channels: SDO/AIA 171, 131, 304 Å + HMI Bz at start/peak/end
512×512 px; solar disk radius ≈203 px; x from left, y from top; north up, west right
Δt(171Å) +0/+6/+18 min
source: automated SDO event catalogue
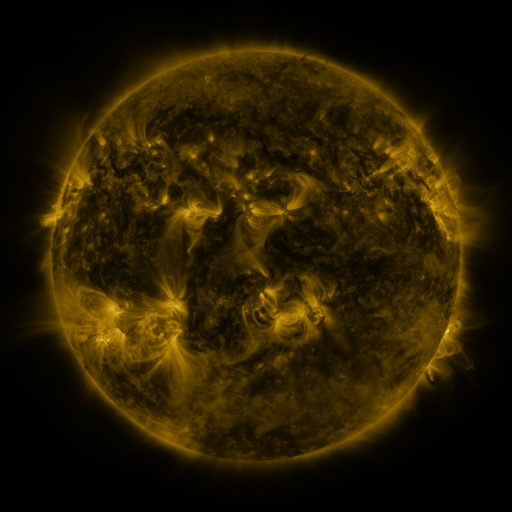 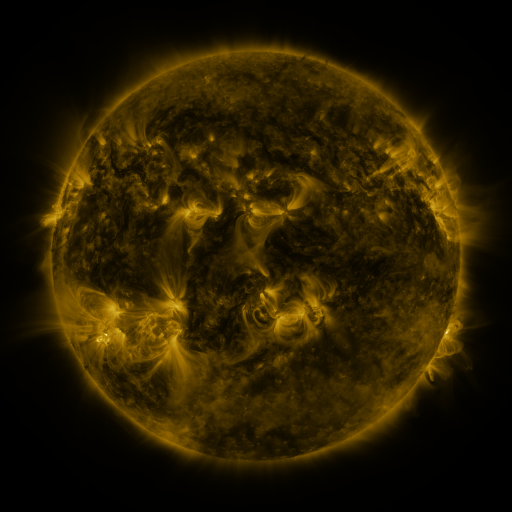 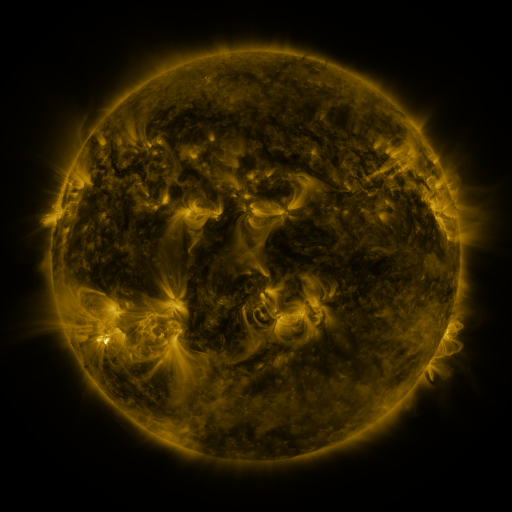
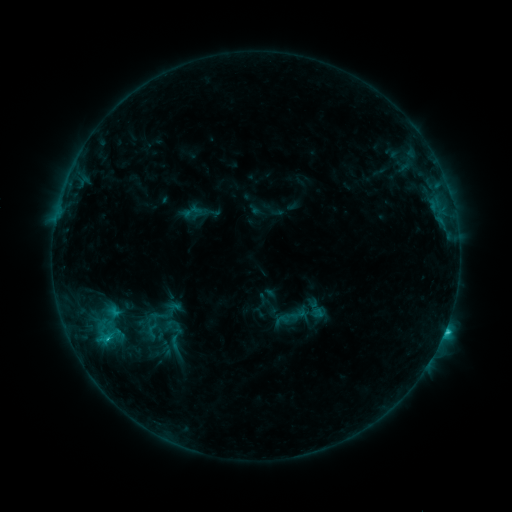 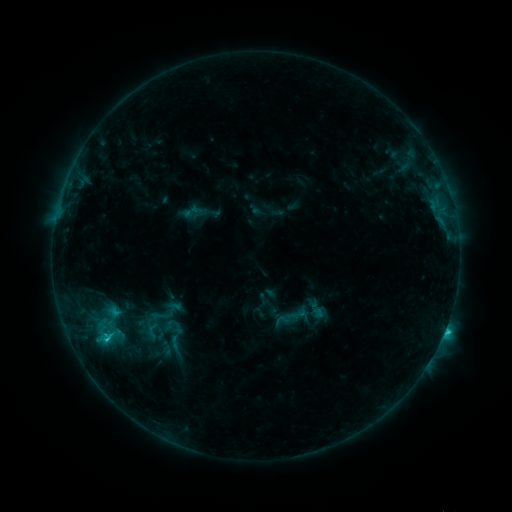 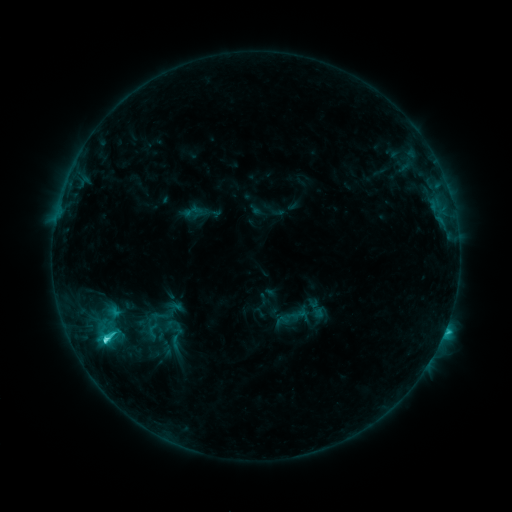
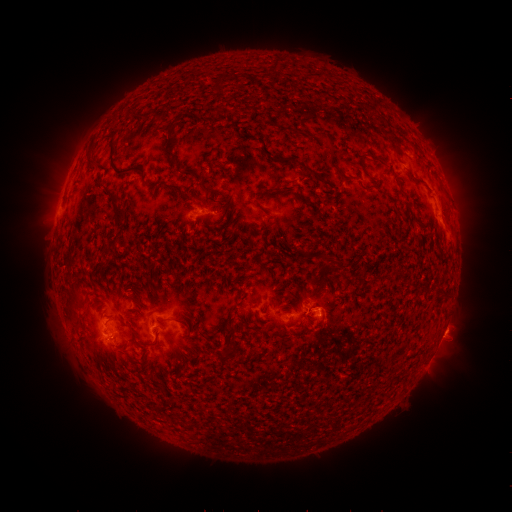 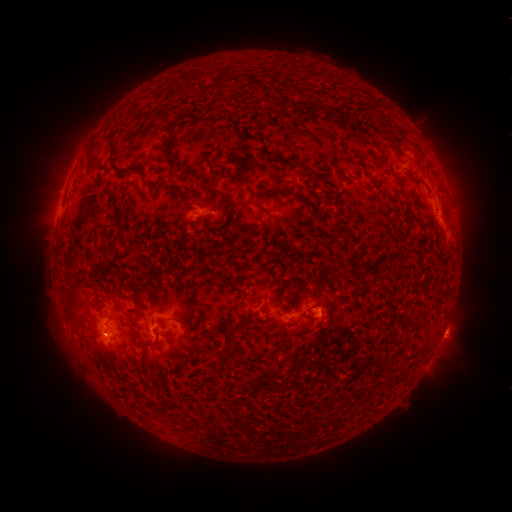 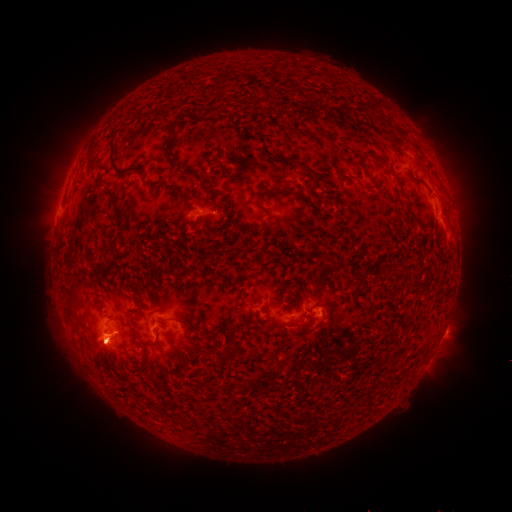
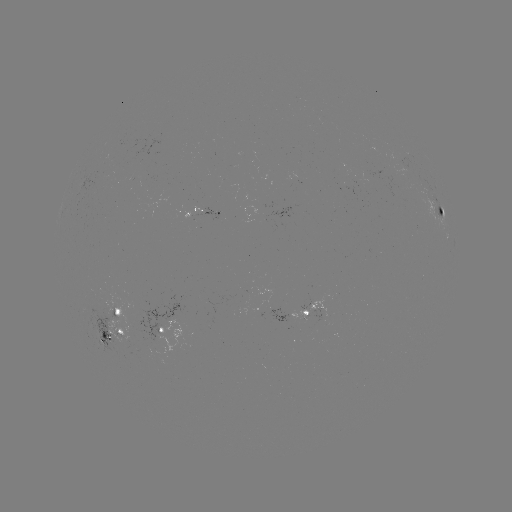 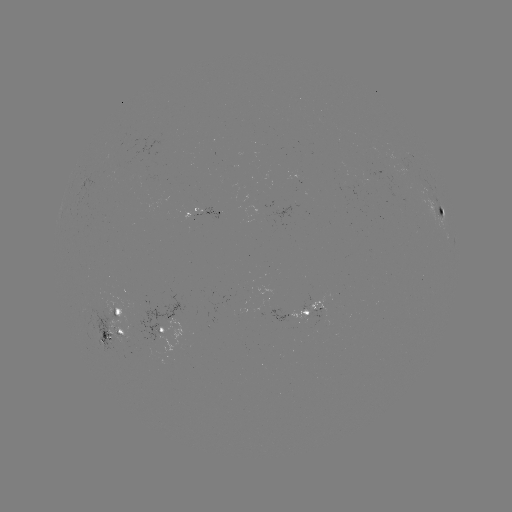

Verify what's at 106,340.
C3.9 flare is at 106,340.